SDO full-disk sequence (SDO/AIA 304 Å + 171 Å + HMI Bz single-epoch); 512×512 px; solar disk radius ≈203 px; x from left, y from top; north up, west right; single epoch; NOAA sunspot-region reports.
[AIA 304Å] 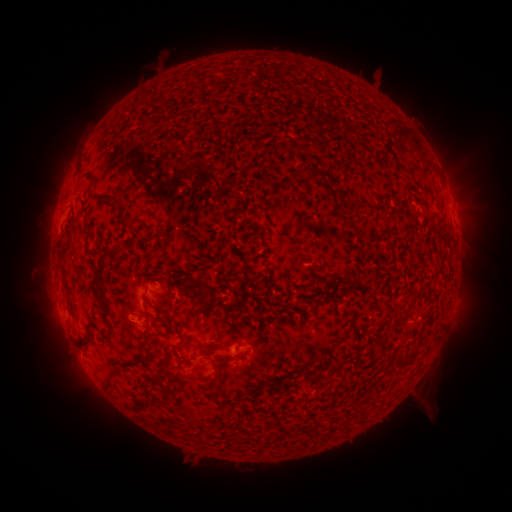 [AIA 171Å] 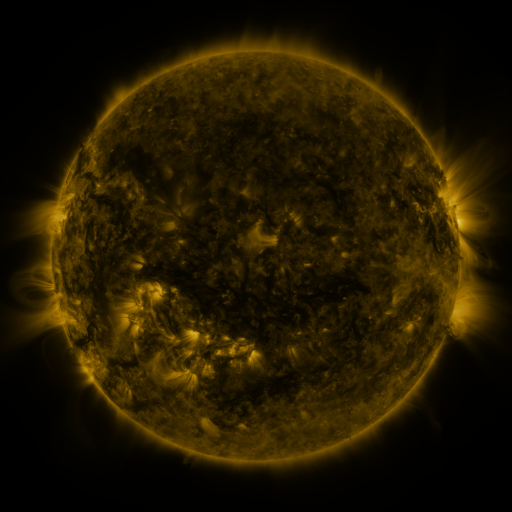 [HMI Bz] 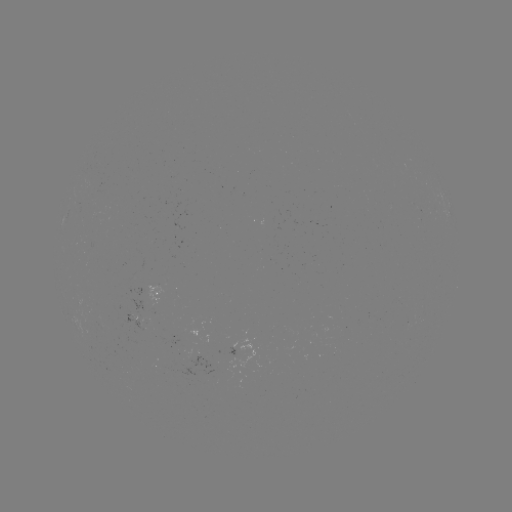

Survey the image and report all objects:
spotted active region: (456, 220)
spotted active region: (163, 289)
